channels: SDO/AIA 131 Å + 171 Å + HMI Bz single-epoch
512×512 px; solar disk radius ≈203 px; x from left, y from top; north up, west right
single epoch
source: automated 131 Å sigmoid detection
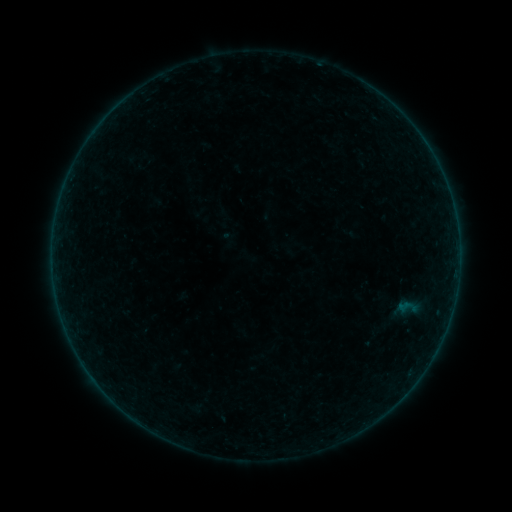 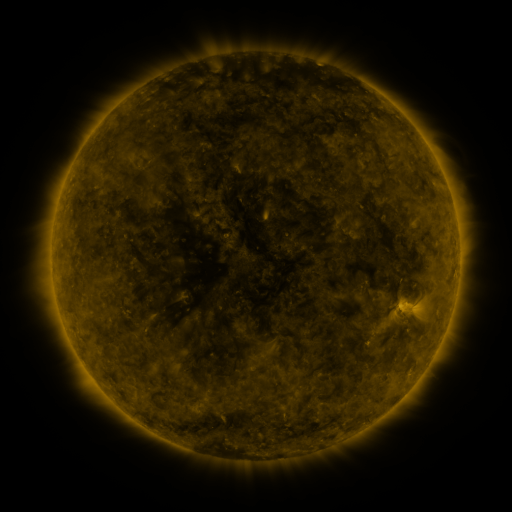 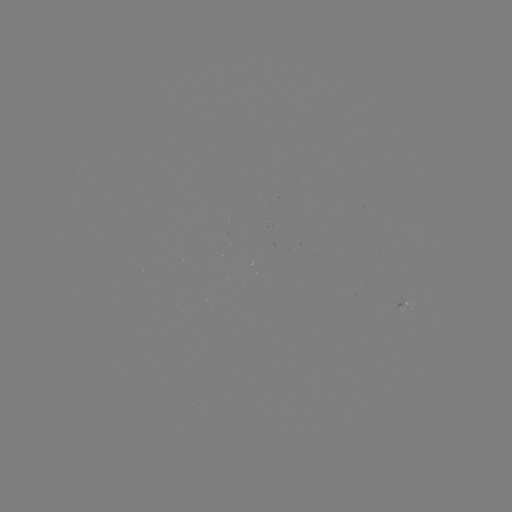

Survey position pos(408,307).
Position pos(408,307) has sigmoid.